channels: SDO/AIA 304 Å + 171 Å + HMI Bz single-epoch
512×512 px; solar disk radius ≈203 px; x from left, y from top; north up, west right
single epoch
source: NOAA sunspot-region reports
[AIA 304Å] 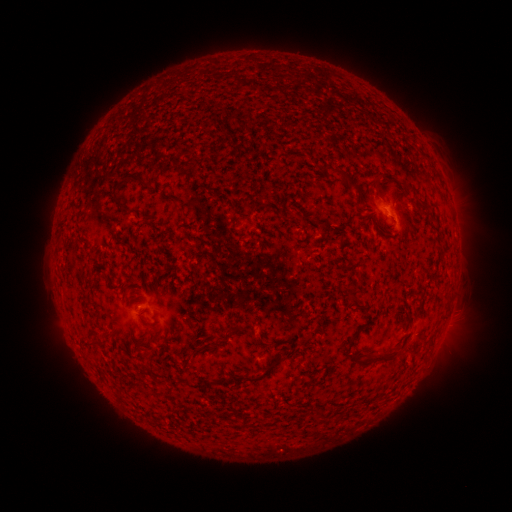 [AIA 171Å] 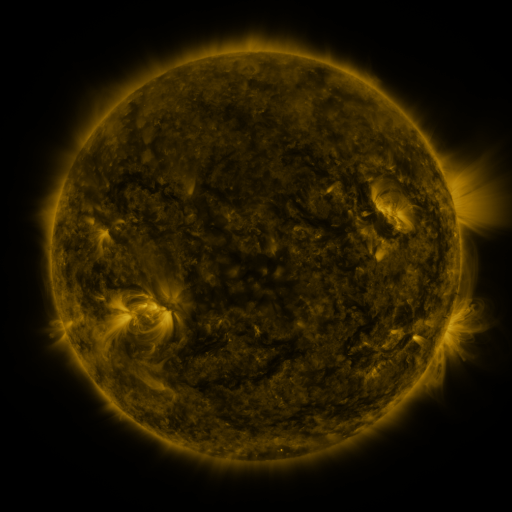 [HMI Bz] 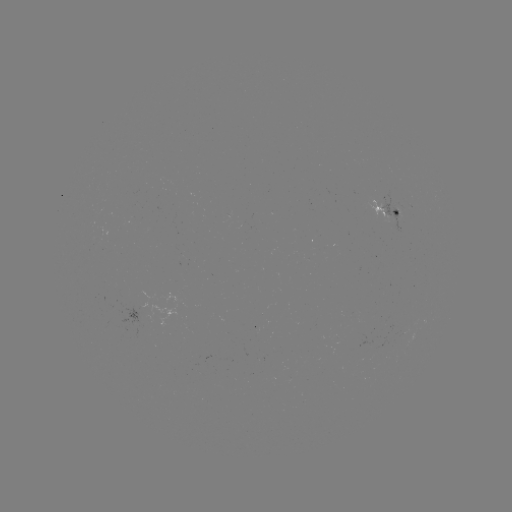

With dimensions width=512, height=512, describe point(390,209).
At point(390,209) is spotted active region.